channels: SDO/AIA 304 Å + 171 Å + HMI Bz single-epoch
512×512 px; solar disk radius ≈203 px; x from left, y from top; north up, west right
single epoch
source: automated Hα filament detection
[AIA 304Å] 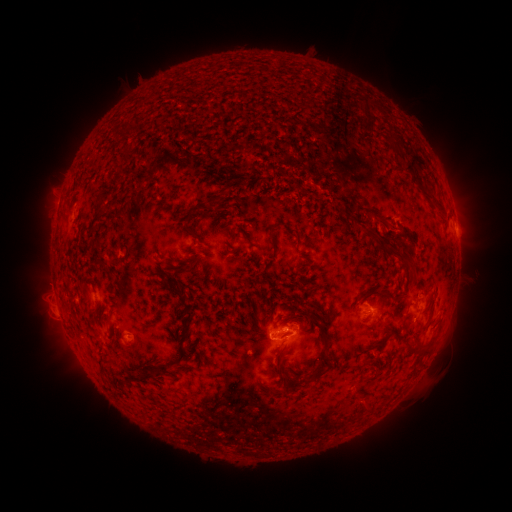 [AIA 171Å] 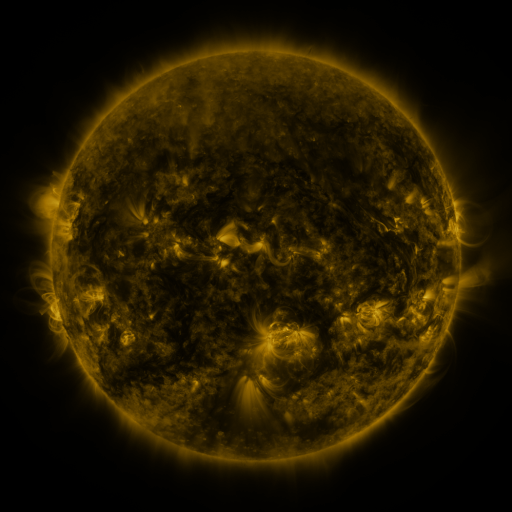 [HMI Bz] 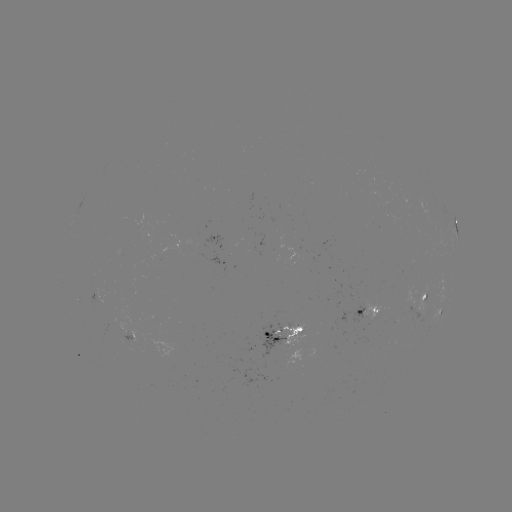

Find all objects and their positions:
filament: (385, 129, 398, 145)
filament: (120, 148, 130, 156)
filament: (403, 149, 425, 171)
filament: (216, 180, 232, 196)
filament: (420, 189, 444, 211)
filament: (92, 197, 104, 219)
filament: (205, 197, 222, 206)
filament: (182, 211, 194, 235)
filament: (268, 229, 275, 248)
filament: (375, 237, 409, 268)
filament: (166, 276, 194, 347)
filament: (160, 280, 173, 293)
filament: (250, 309, 265, 326)
filament: (311, 309, 330, 327)
filament: (320, 330, 328, 340)
filament: (139, 333, 187, 384)
filament: (417, 337, 435, 354)
filament: (321, 344, 329, 358)
filament: (276, 348, 287, 375)
filament: (364, 358, 382, 375)
filament: (293, 364, 323, 380)
filament: (307, 365, 332, 384)
